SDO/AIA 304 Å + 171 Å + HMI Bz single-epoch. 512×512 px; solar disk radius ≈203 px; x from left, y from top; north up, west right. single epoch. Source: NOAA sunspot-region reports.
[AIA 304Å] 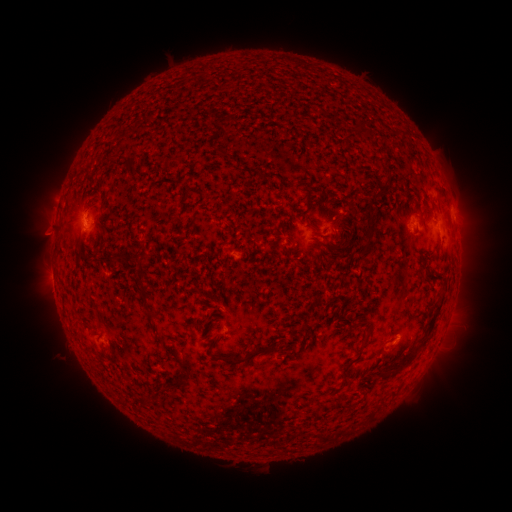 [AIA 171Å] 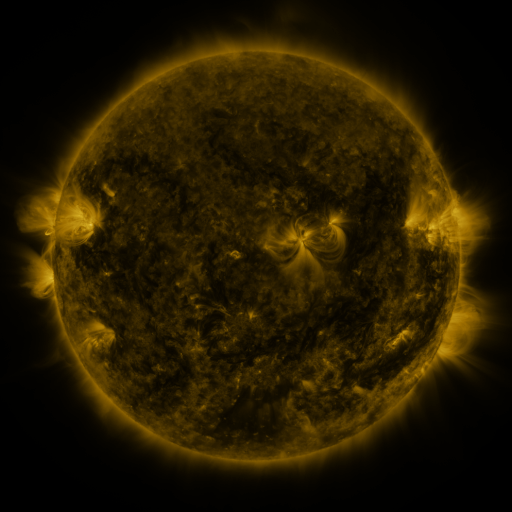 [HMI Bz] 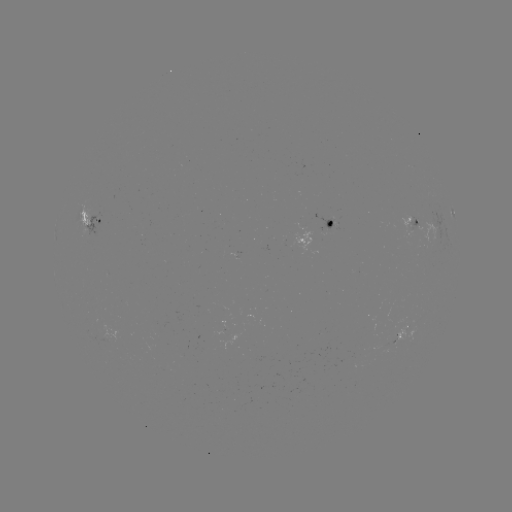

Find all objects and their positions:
spotted active region: (453, 212)
spotted active region: (94, 219)
spotted active region: (414, 224)
spotted active region: (320, 235)
spotted active region: (406, 332)
